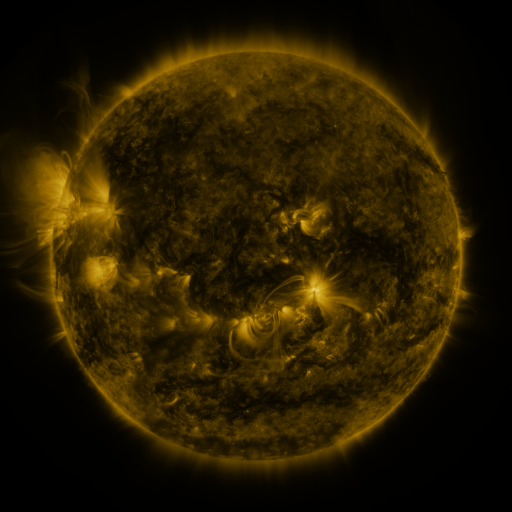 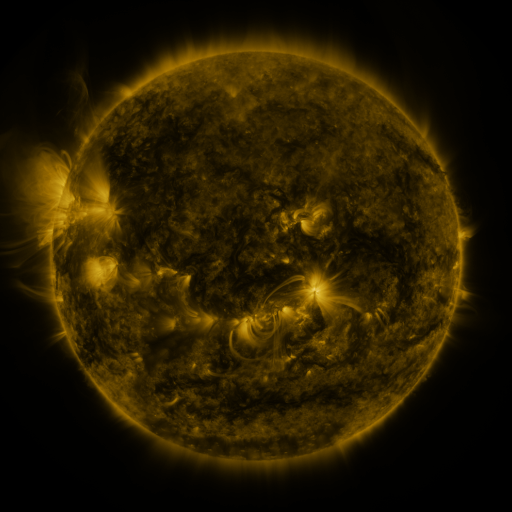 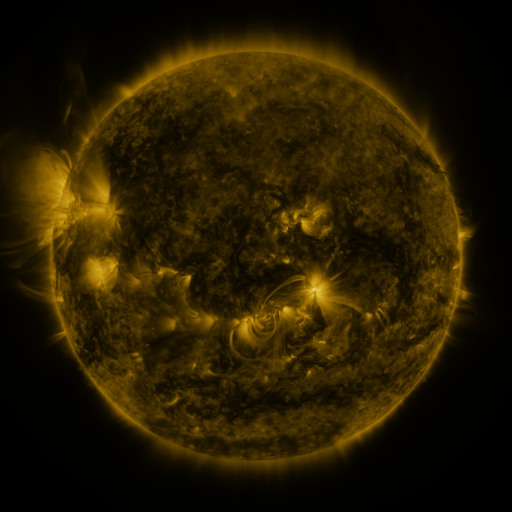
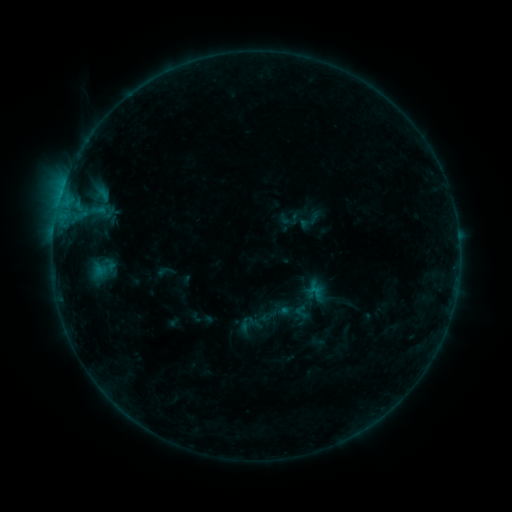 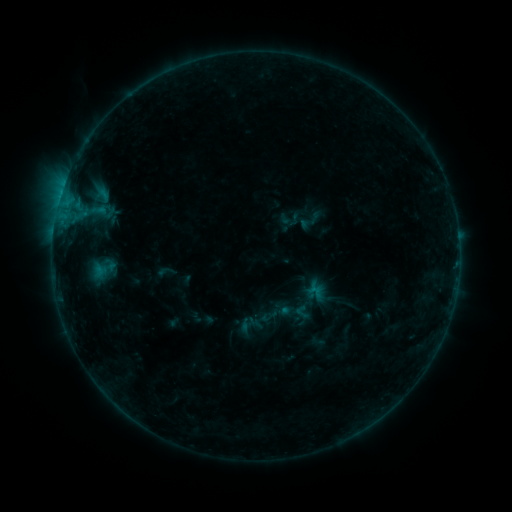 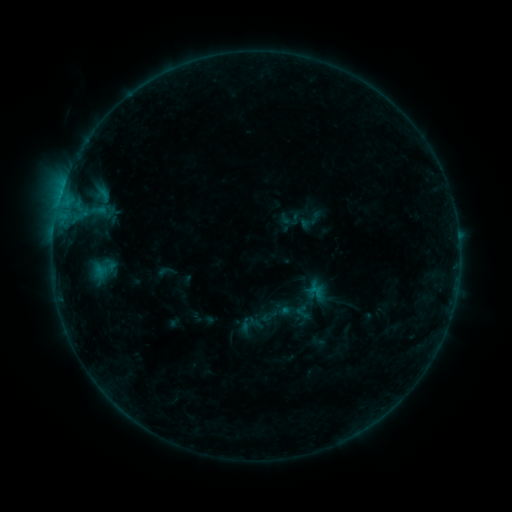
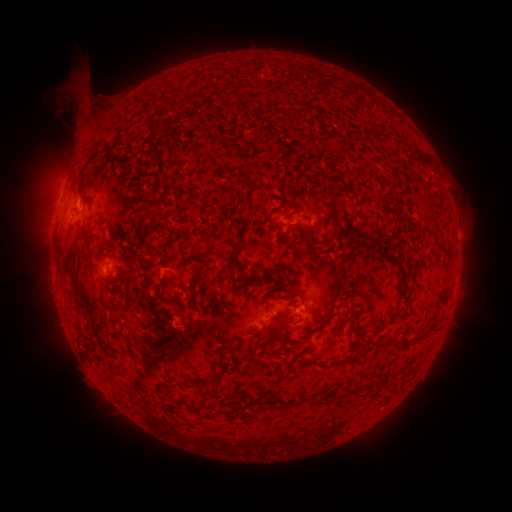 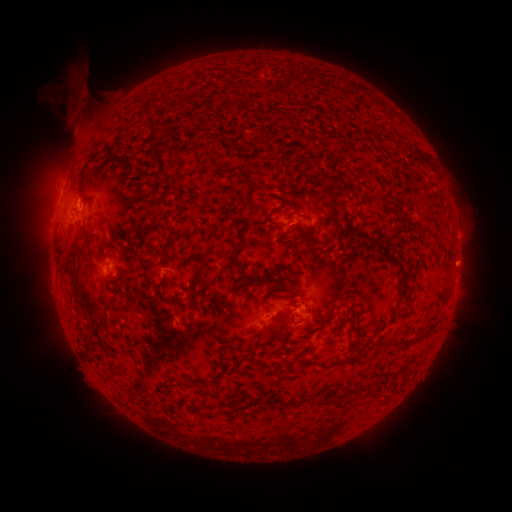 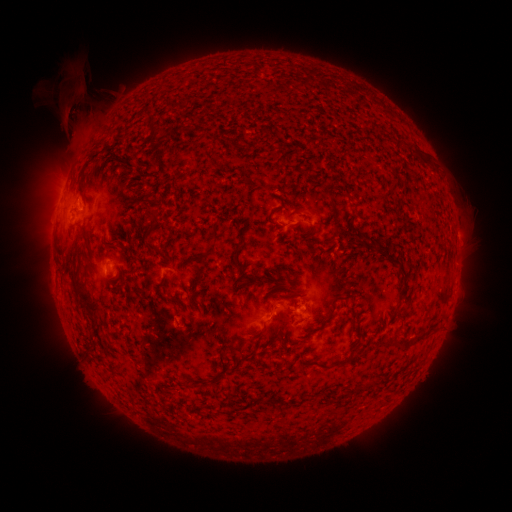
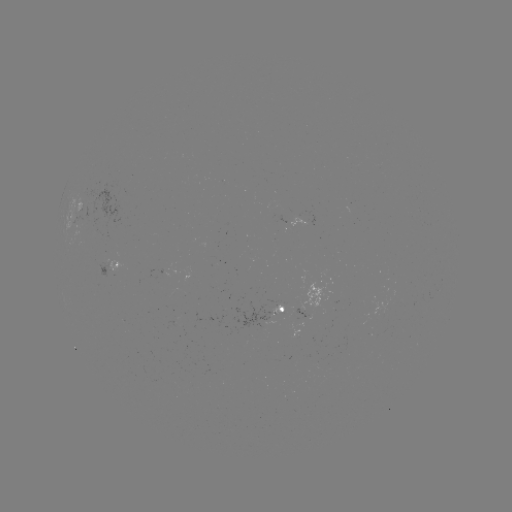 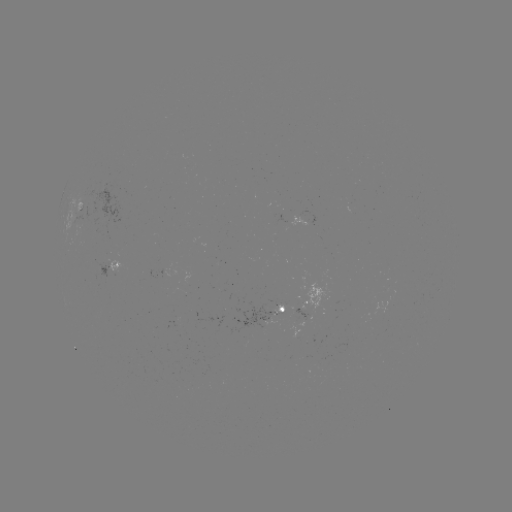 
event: eruption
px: (78, 126)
